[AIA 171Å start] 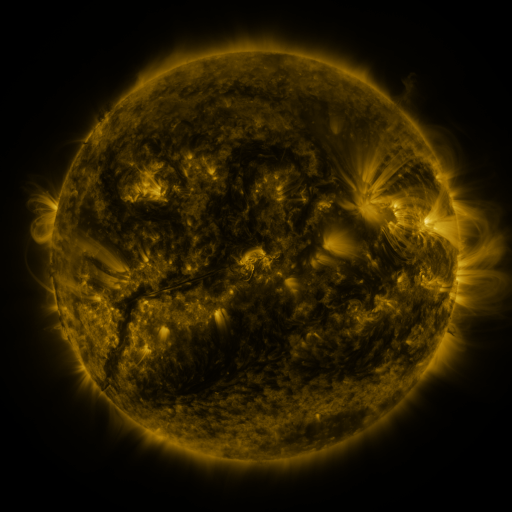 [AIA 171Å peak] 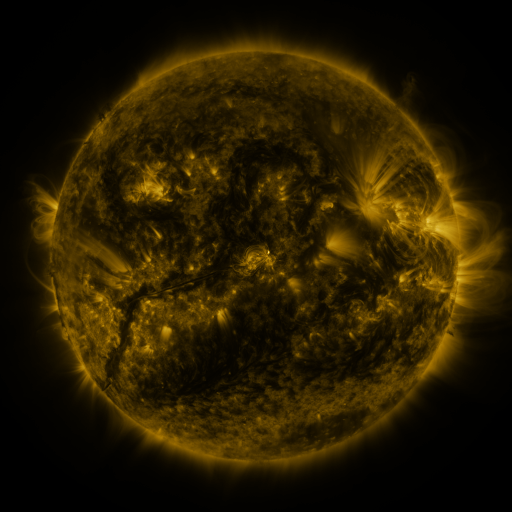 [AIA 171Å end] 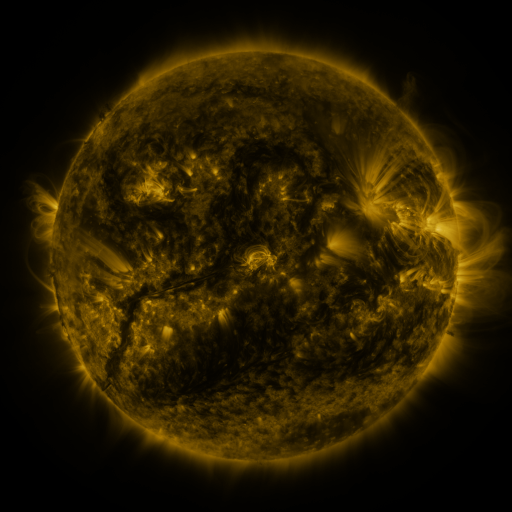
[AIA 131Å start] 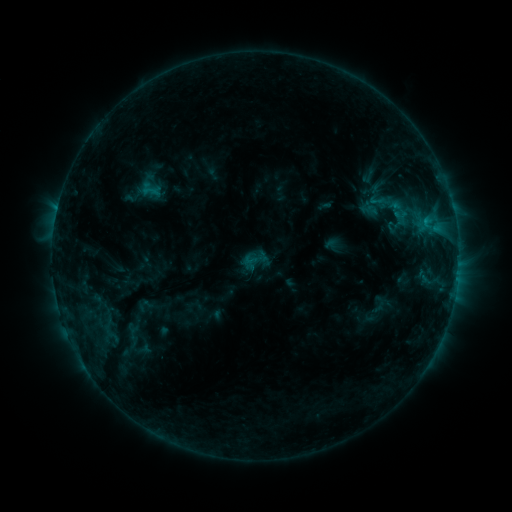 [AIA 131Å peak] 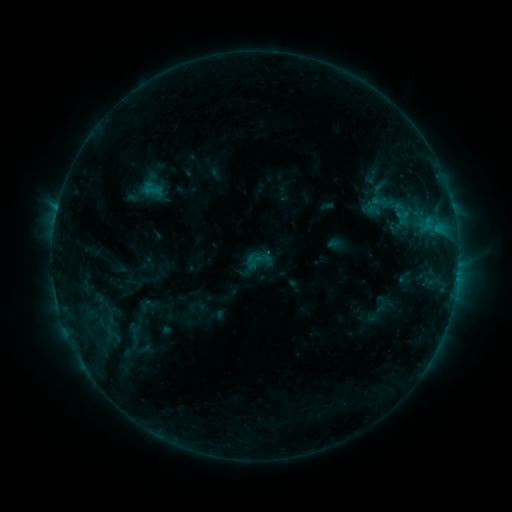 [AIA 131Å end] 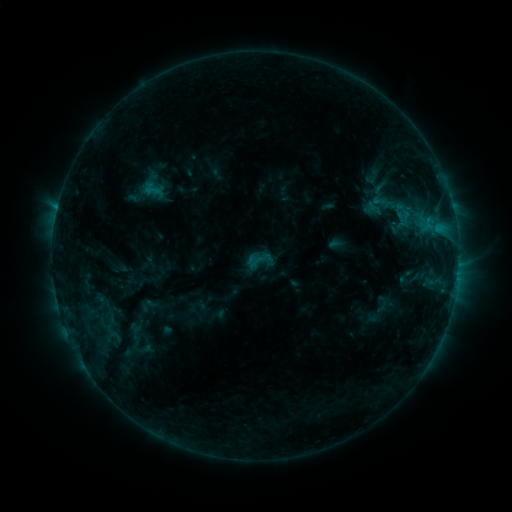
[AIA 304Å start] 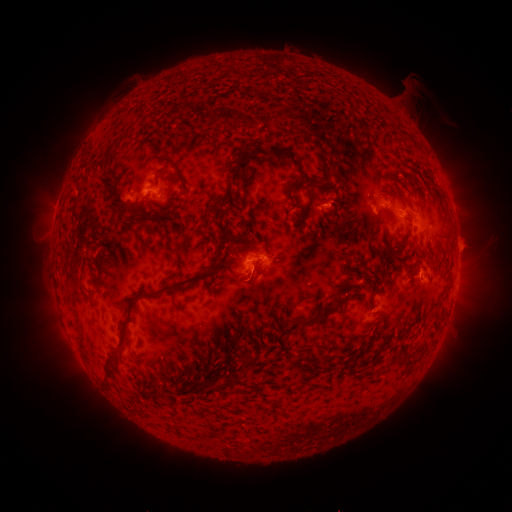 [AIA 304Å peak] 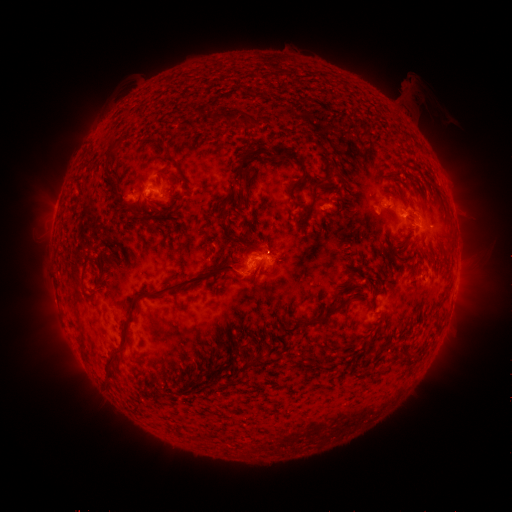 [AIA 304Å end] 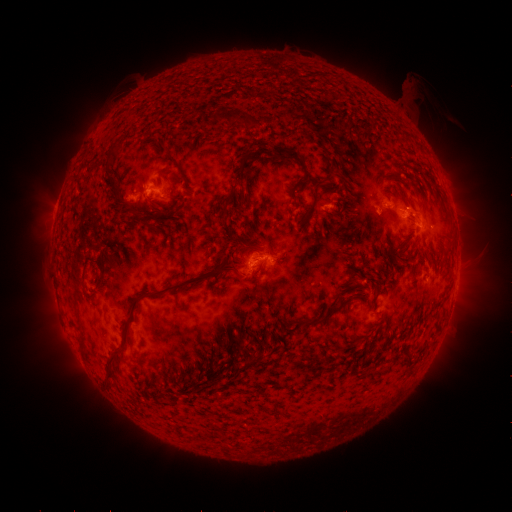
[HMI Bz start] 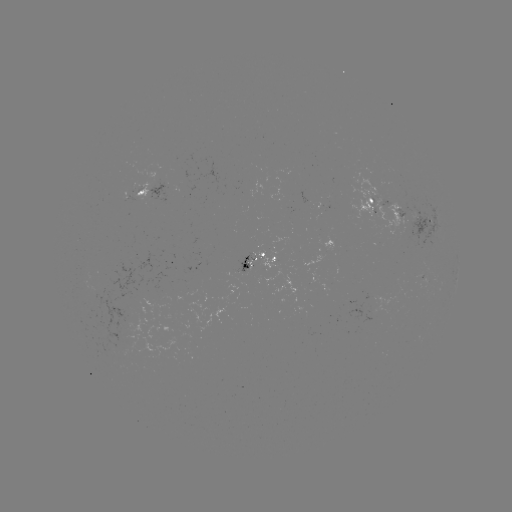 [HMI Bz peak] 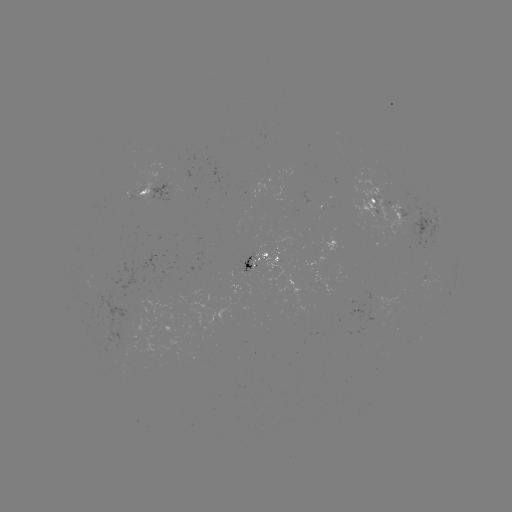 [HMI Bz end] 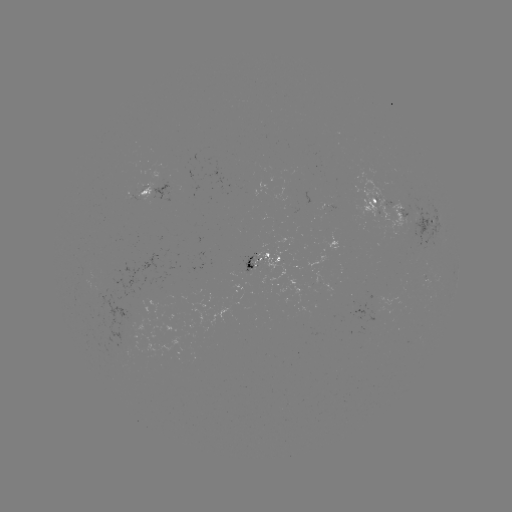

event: emerging-flux region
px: (378, 209)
